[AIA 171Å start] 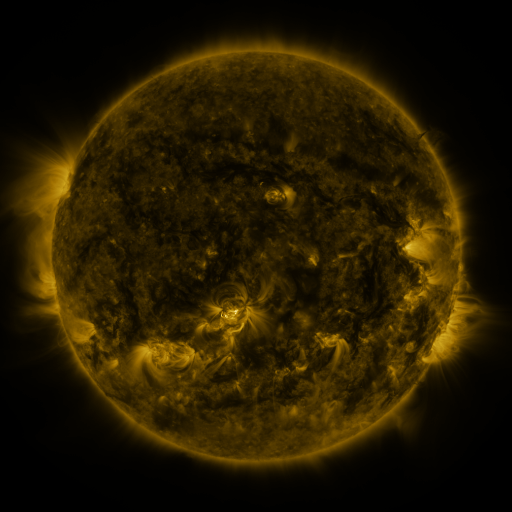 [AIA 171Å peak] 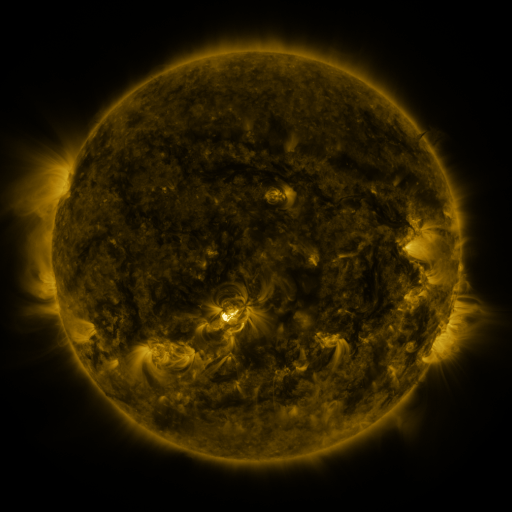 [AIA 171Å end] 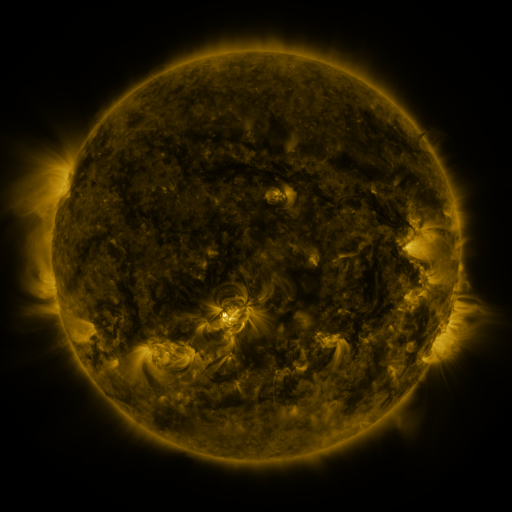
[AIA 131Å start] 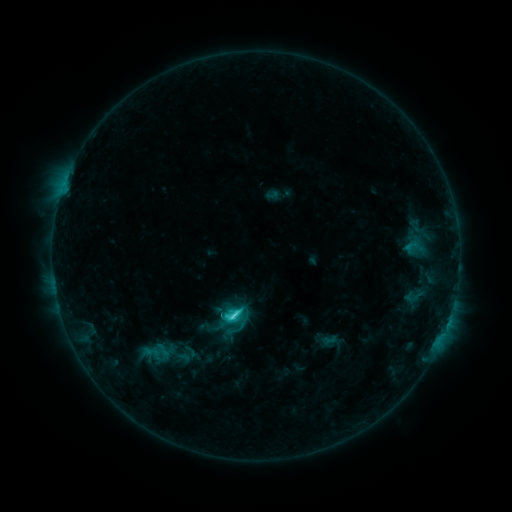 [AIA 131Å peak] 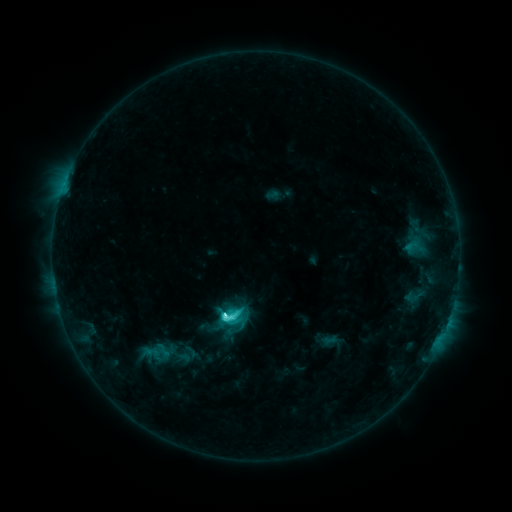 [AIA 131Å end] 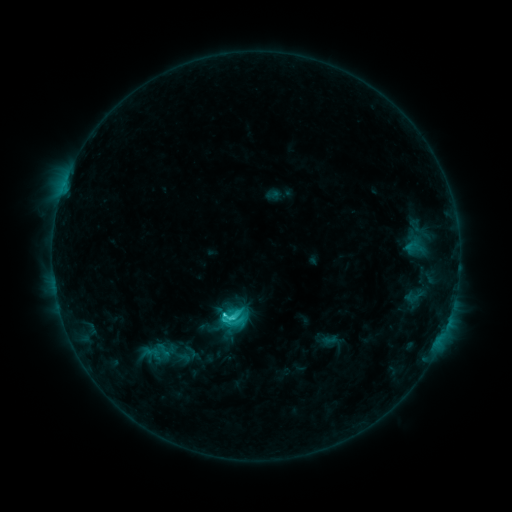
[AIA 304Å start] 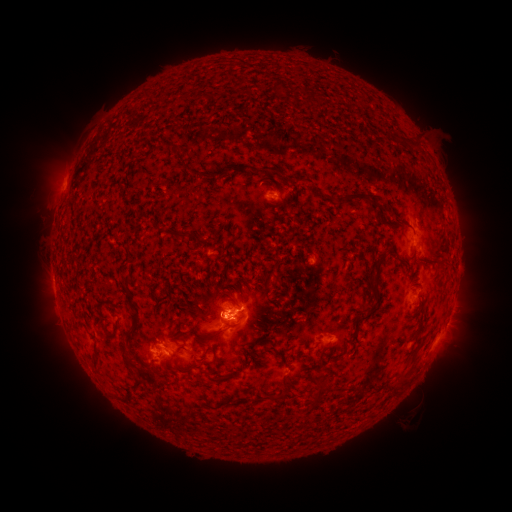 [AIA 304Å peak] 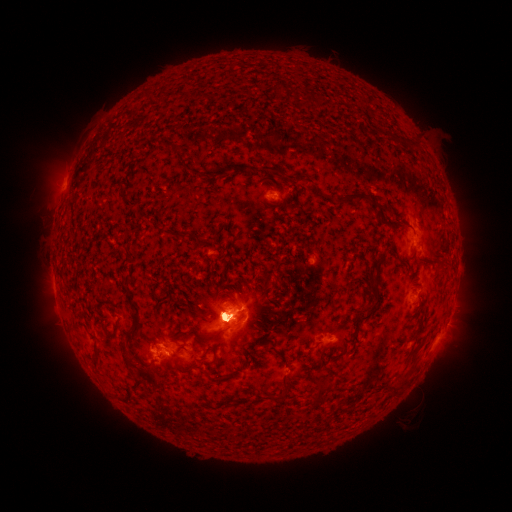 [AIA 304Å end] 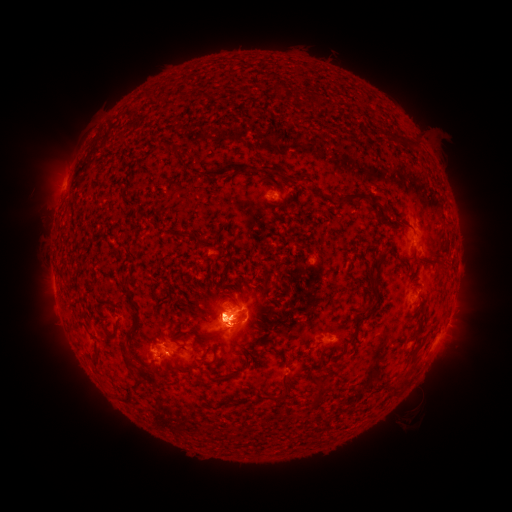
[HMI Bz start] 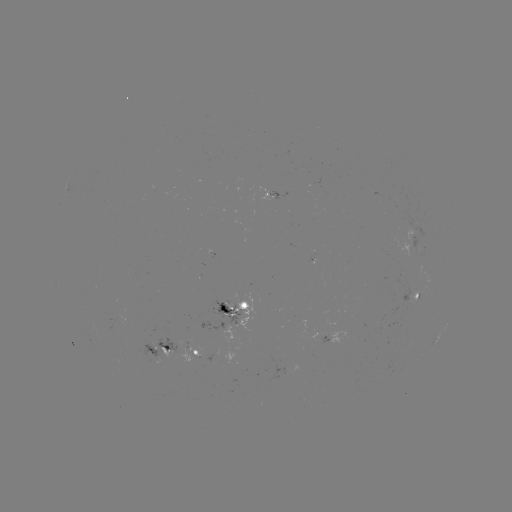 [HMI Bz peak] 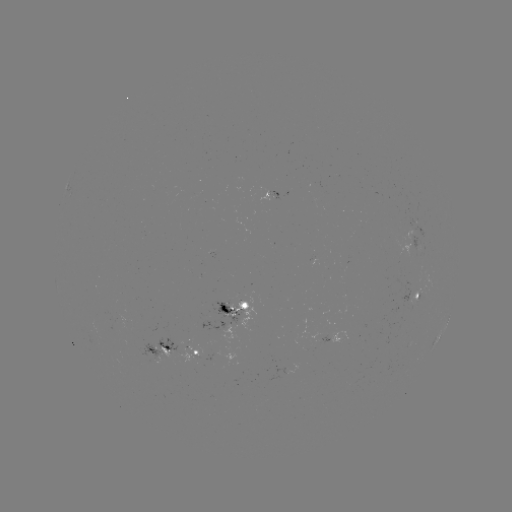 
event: eruption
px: (65, 342)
